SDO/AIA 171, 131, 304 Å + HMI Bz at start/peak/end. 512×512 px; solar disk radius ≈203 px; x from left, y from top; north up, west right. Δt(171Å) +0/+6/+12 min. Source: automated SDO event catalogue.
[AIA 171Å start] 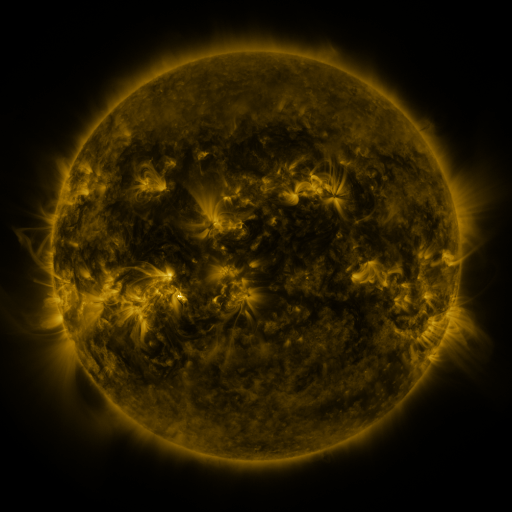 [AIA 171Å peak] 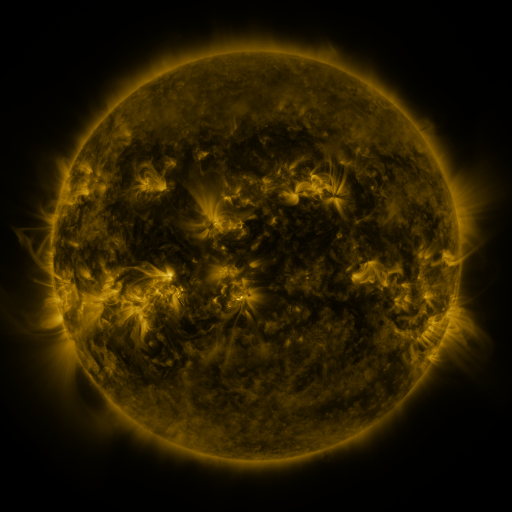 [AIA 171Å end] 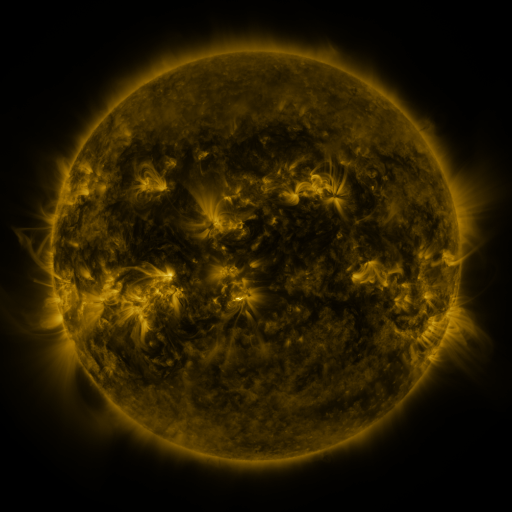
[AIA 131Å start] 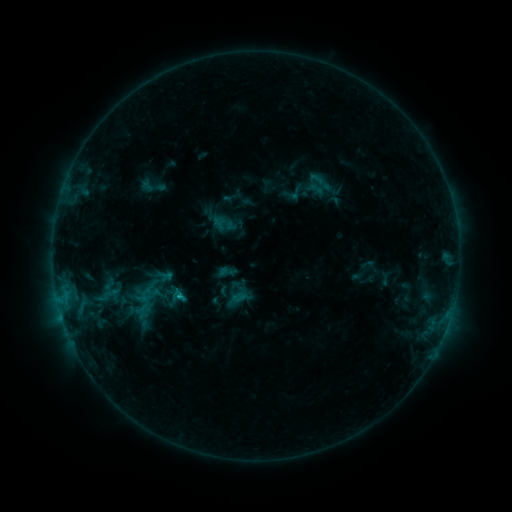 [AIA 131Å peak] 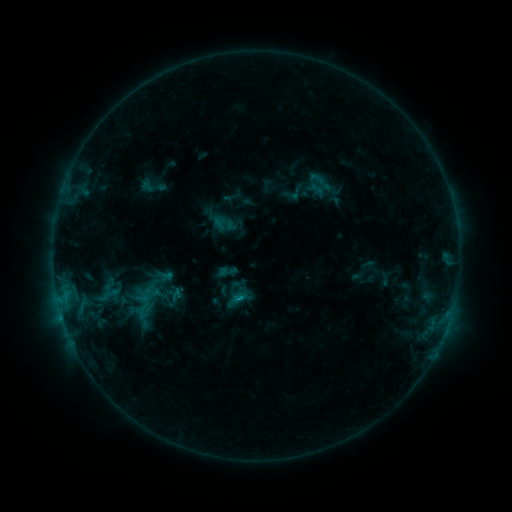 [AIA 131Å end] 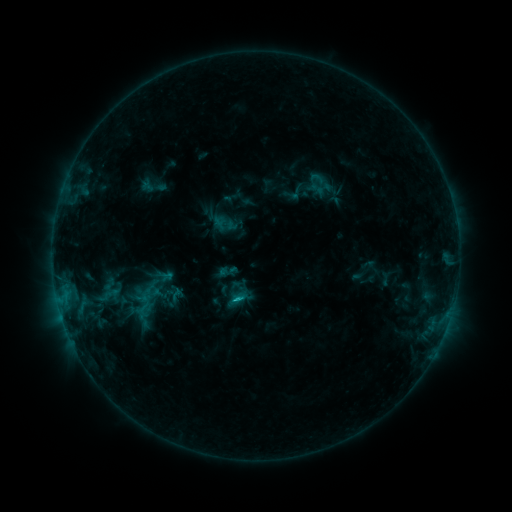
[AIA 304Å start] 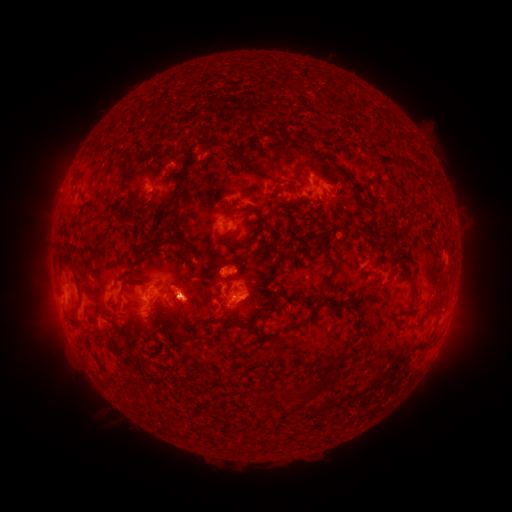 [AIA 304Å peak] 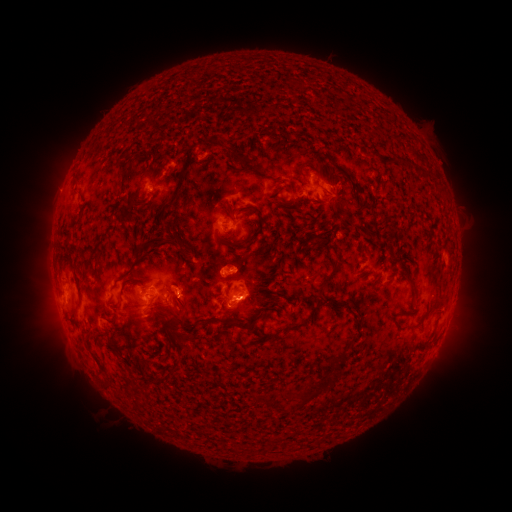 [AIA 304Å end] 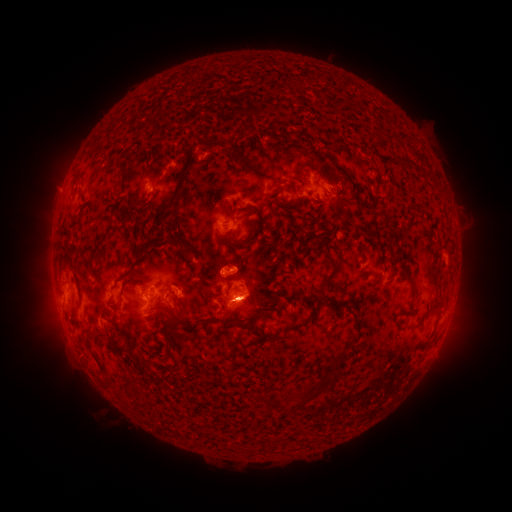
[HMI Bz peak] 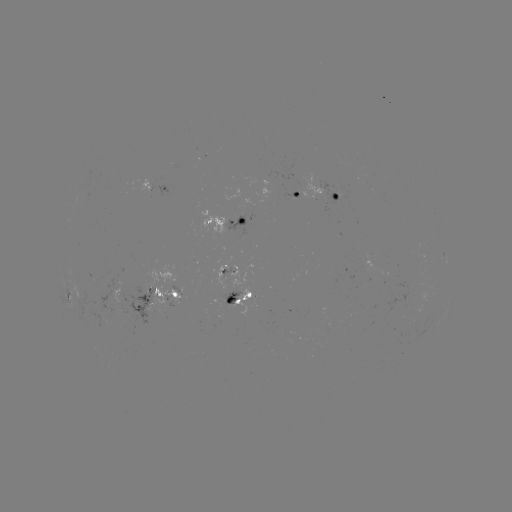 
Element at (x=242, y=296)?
C1.5 flare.